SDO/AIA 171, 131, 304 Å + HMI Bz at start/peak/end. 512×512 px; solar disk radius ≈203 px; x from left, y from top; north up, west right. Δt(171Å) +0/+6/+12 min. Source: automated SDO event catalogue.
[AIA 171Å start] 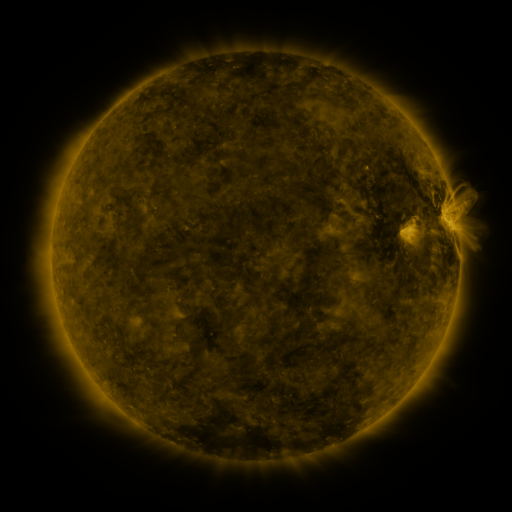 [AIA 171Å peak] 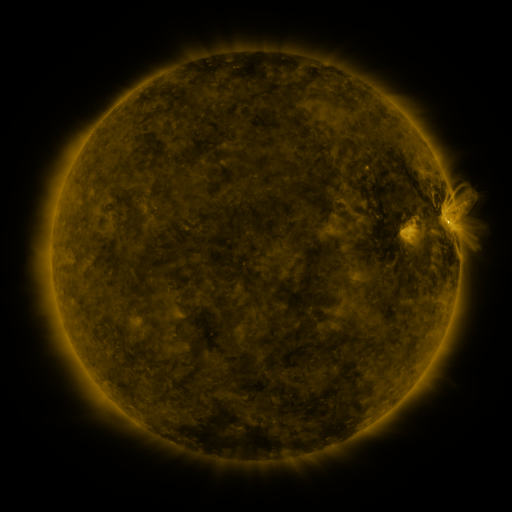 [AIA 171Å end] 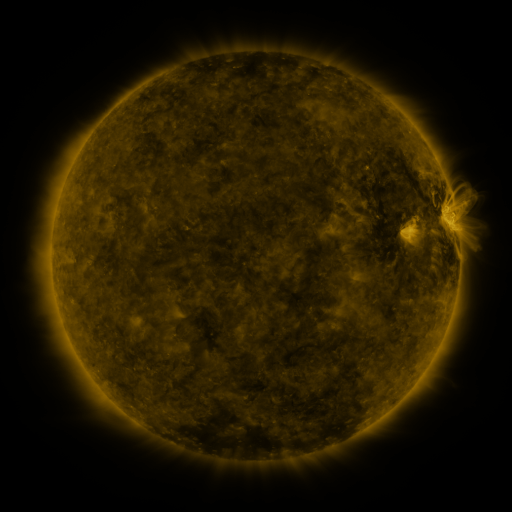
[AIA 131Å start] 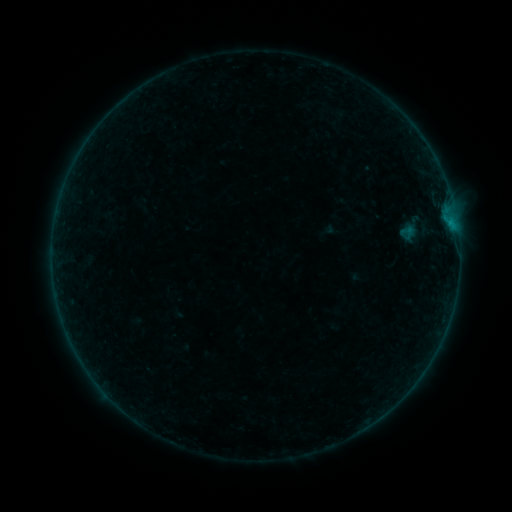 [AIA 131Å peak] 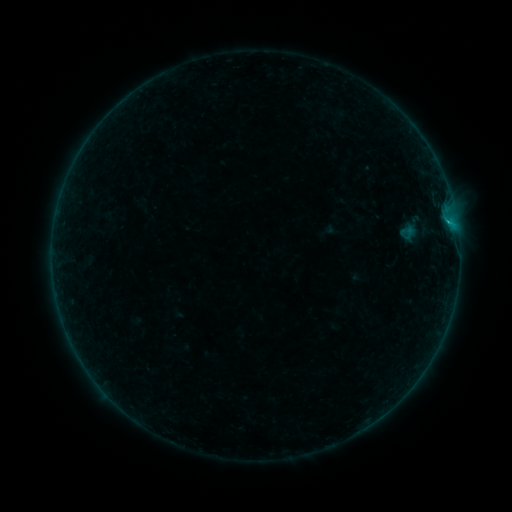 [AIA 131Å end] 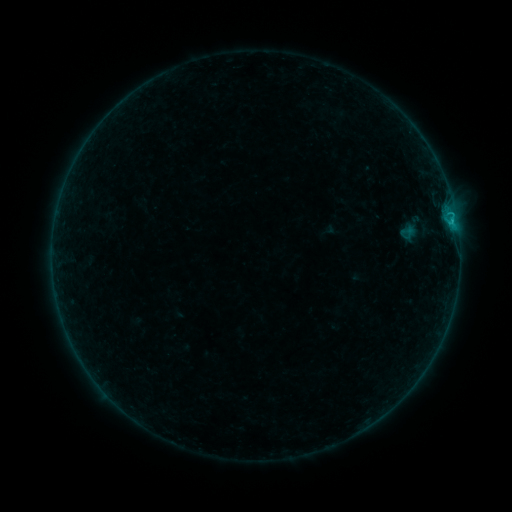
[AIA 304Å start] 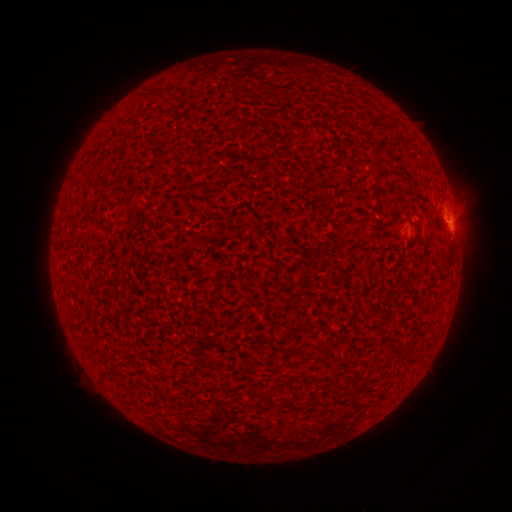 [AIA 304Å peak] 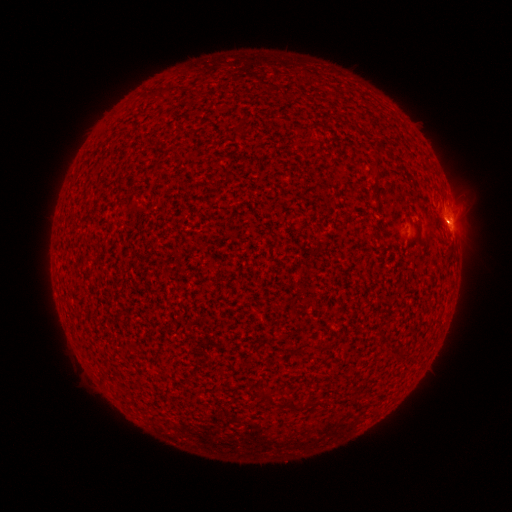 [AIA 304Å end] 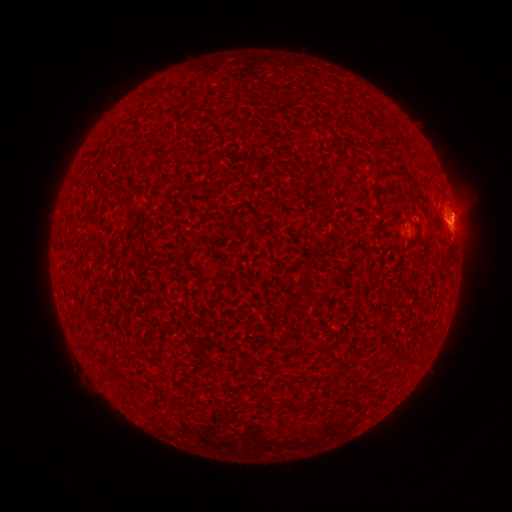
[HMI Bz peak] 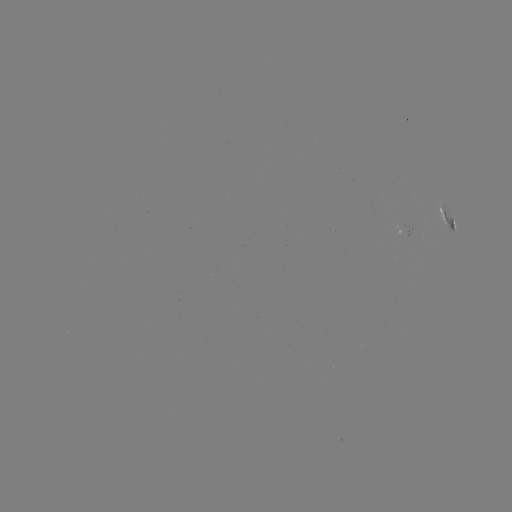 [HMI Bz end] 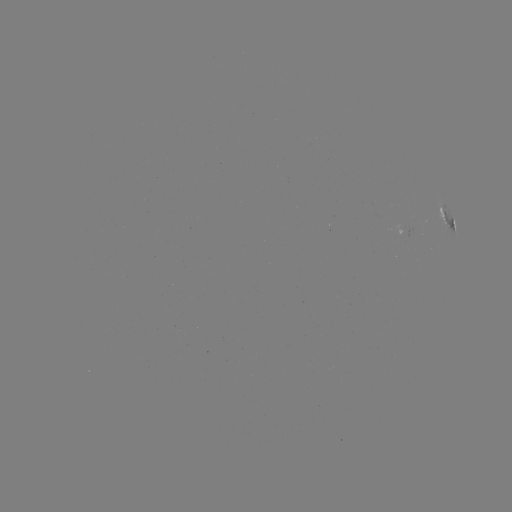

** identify B4.5 flare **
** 448,223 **